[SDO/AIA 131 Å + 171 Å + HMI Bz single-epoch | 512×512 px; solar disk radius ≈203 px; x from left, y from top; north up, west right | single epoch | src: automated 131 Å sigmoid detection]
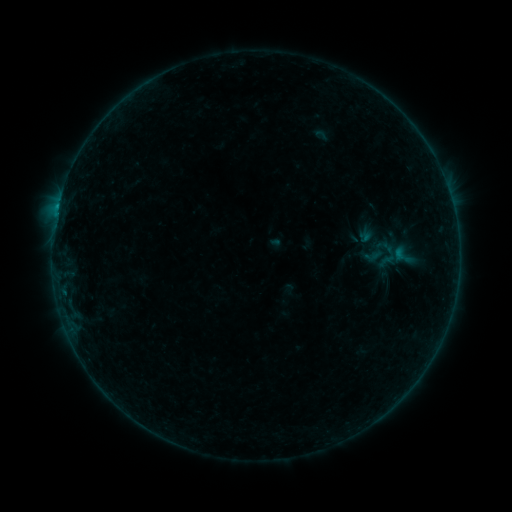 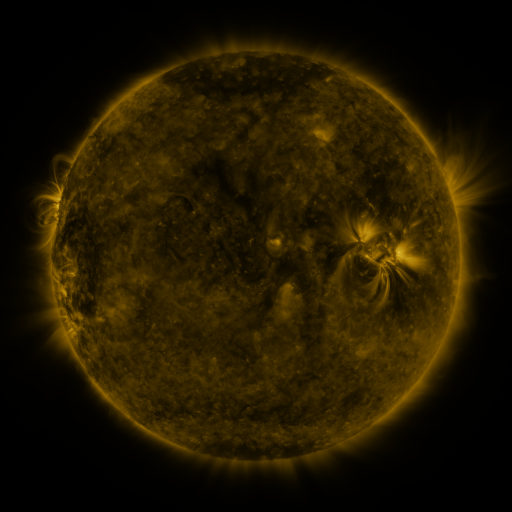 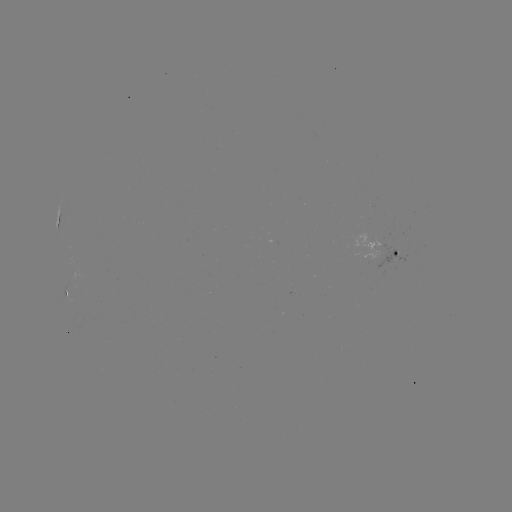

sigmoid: [390, 245, 413, 266]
